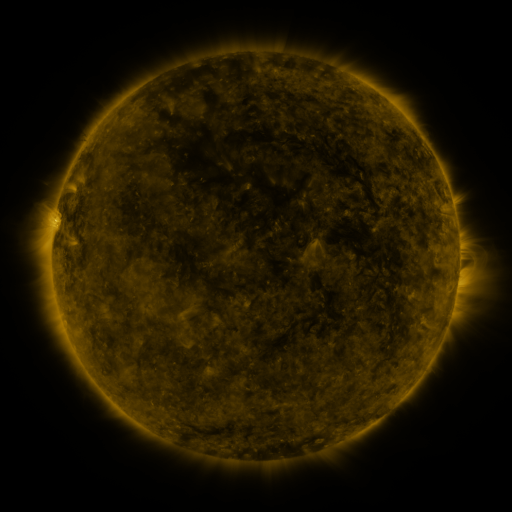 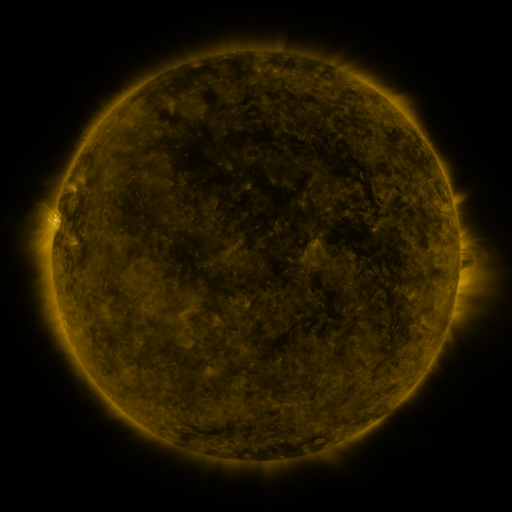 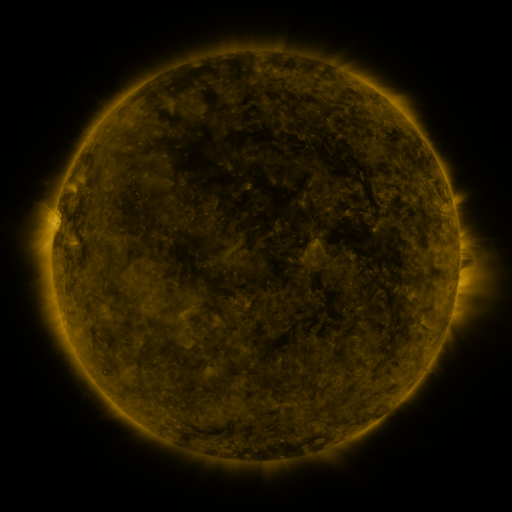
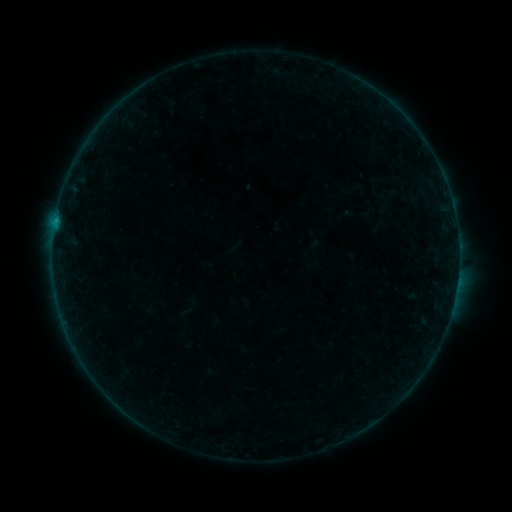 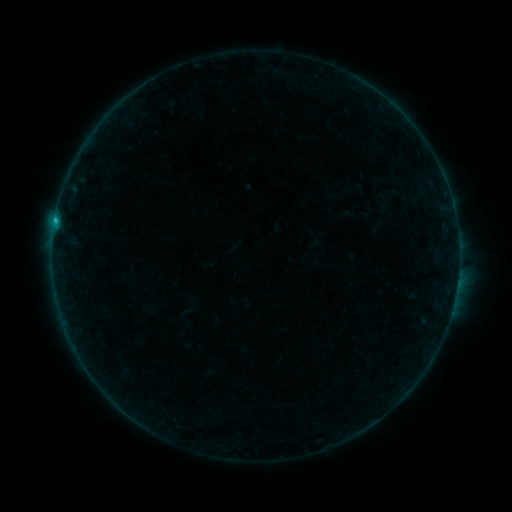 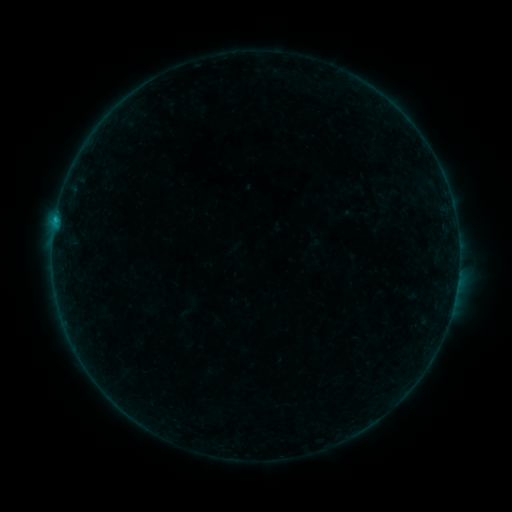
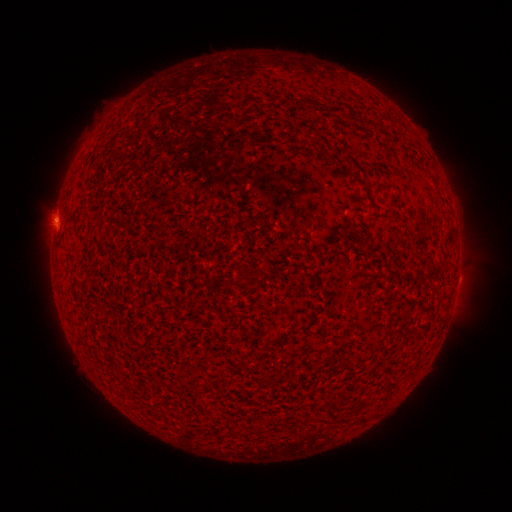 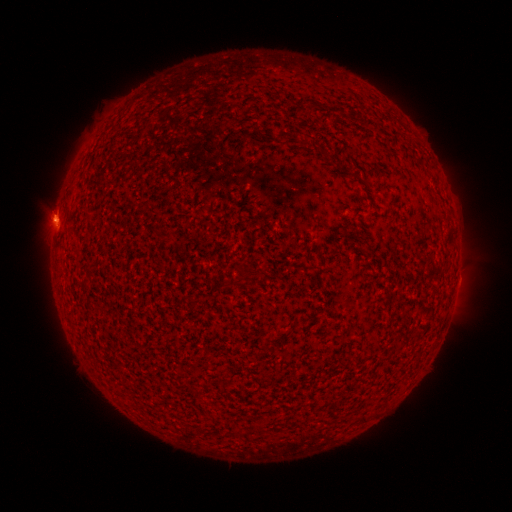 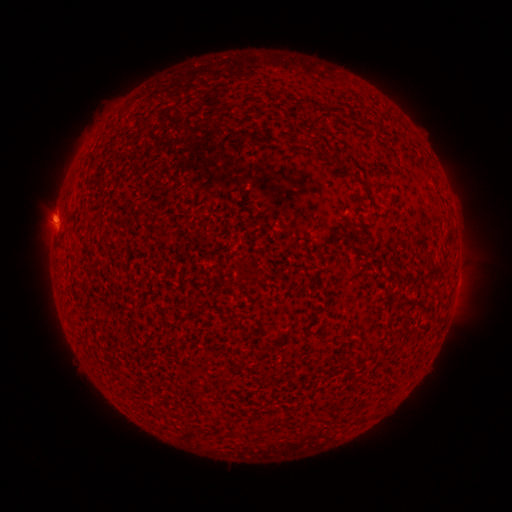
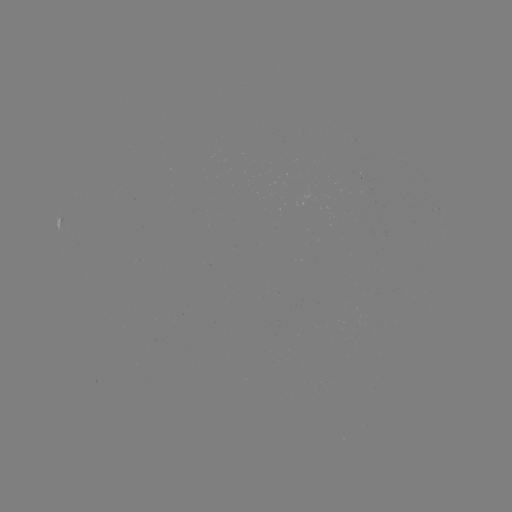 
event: flare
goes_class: C1.1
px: (55, 224)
